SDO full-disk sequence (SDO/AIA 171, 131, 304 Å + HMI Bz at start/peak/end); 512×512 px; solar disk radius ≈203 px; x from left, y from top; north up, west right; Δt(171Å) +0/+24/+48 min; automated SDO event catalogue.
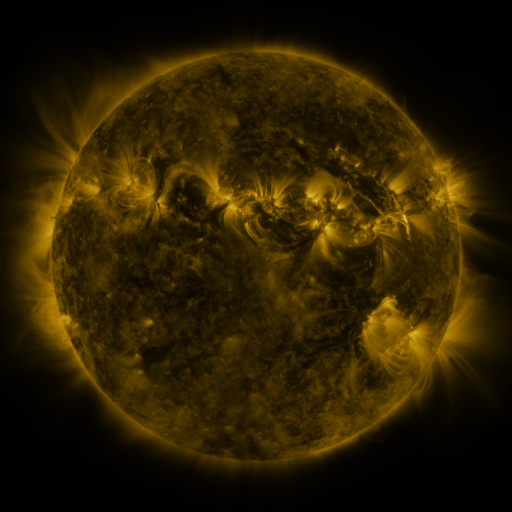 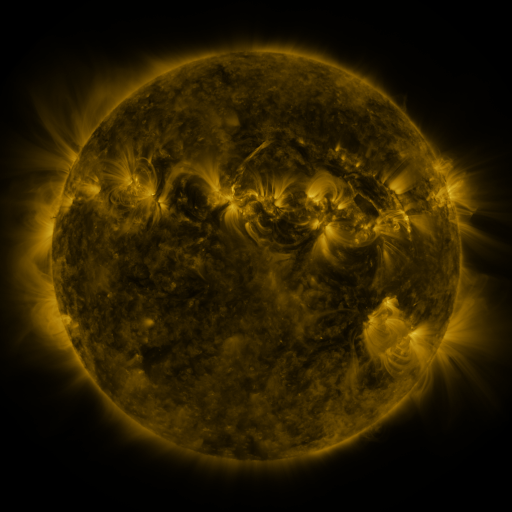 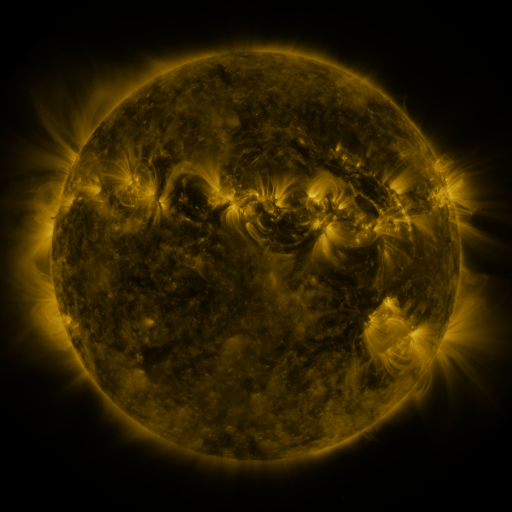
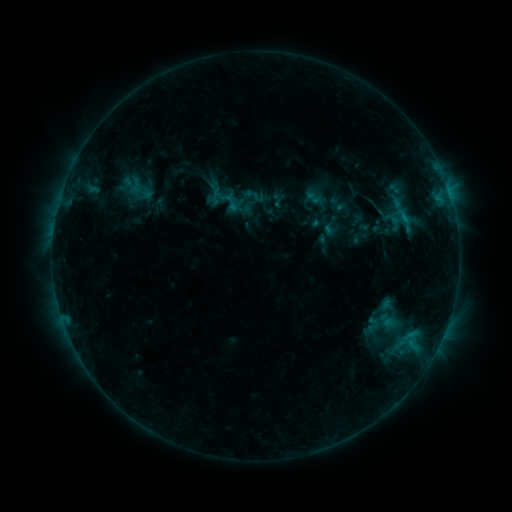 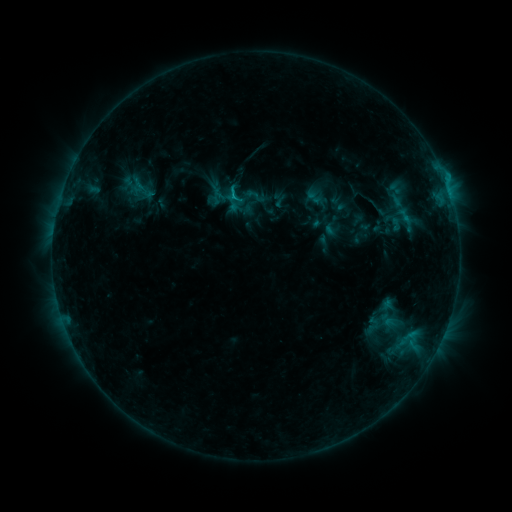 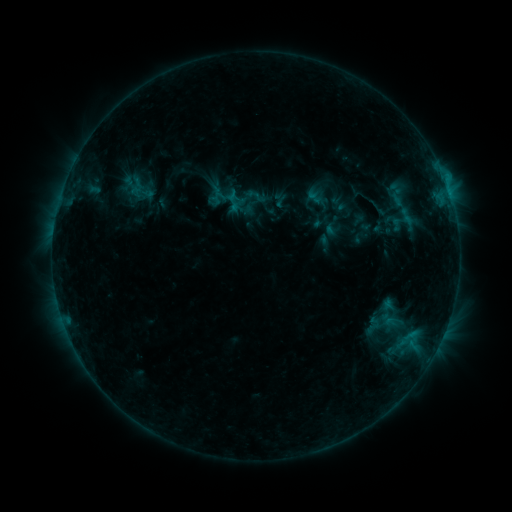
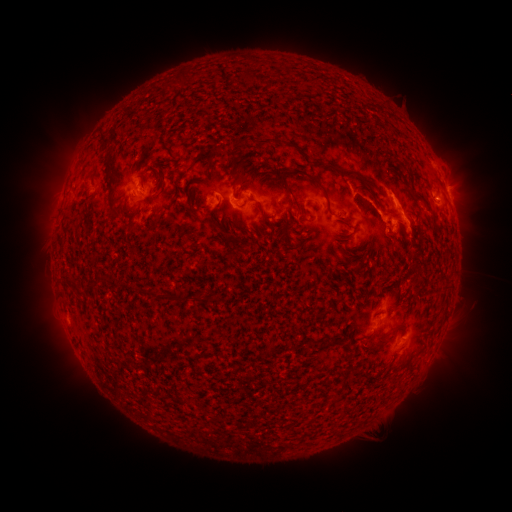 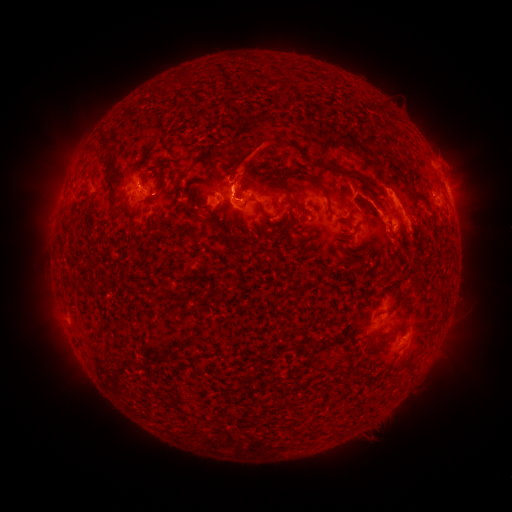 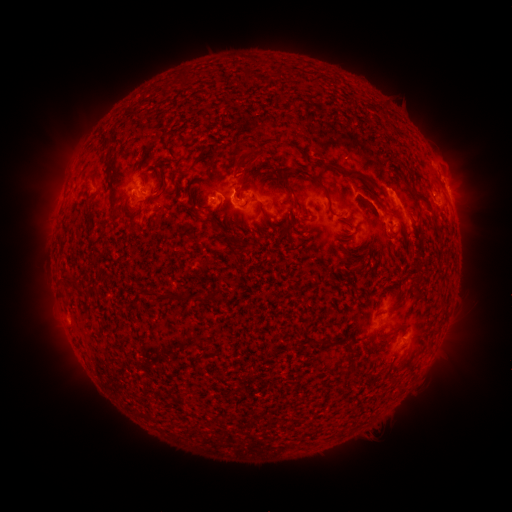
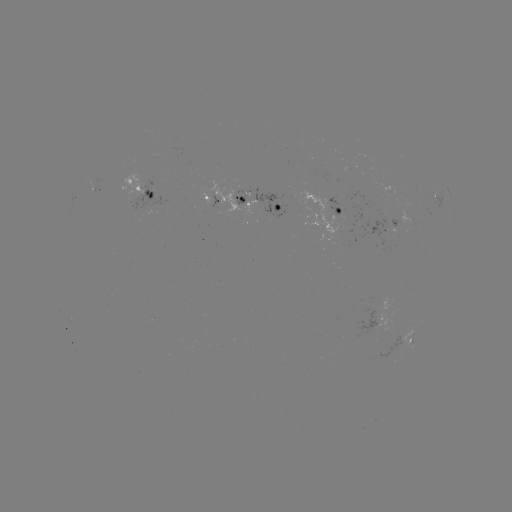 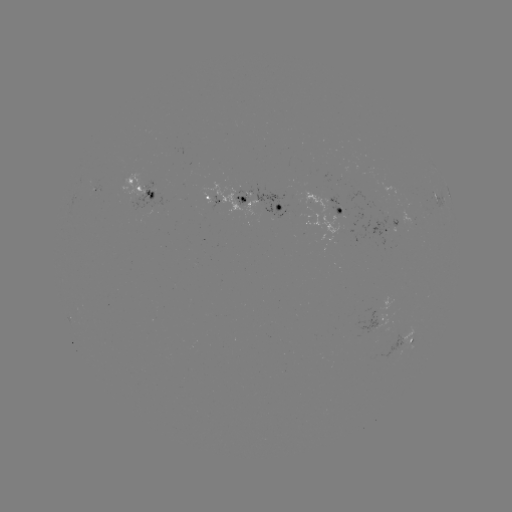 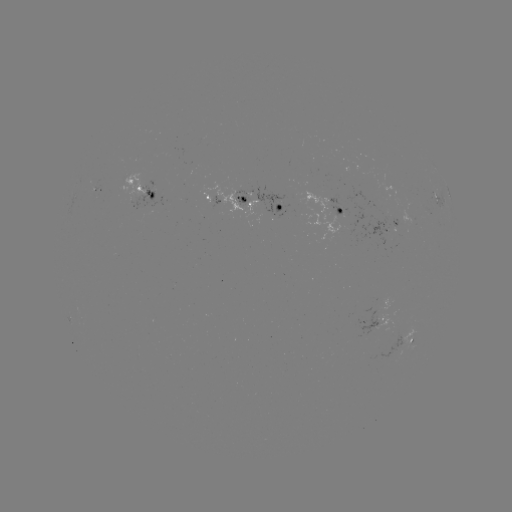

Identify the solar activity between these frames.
C4.9 flare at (235, 198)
